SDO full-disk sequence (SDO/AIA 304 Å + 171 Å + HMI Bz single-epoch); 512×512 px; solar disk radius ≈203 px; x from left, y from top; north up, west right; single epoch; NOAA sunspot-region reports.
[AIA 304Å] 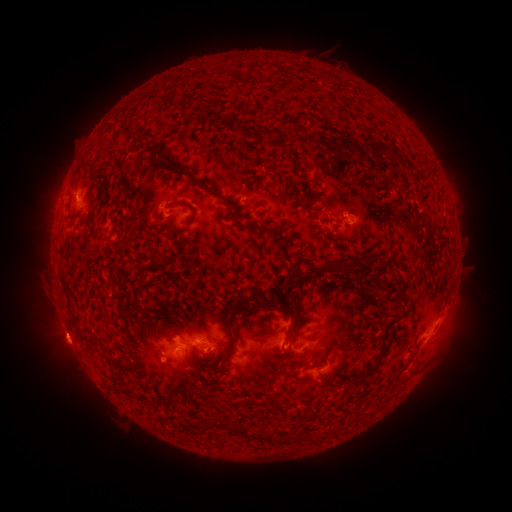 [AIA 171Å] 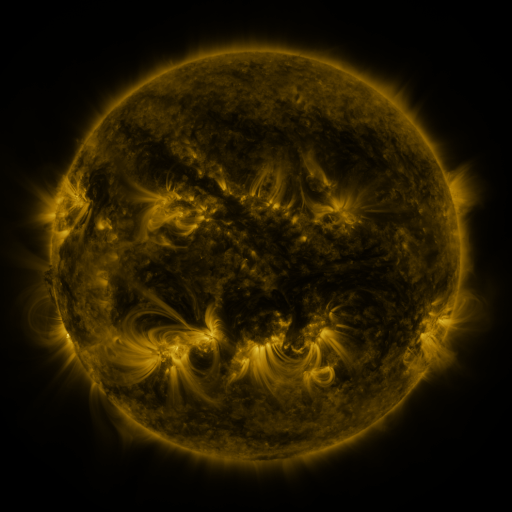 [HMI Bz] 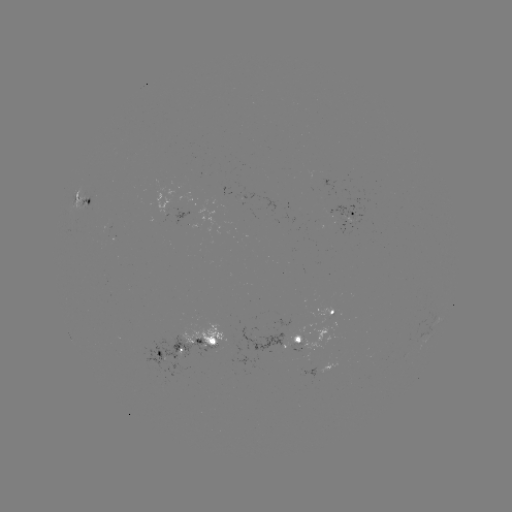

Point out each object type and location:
spotted active region: (81, 201)
spotted active region: (347, 213)
spotted active region: (334, 313)
spotted active region: (299, 337)
spotted active region: (209, 340)
spotted active region: (173, 352)
spotted active region: (320, 368)
